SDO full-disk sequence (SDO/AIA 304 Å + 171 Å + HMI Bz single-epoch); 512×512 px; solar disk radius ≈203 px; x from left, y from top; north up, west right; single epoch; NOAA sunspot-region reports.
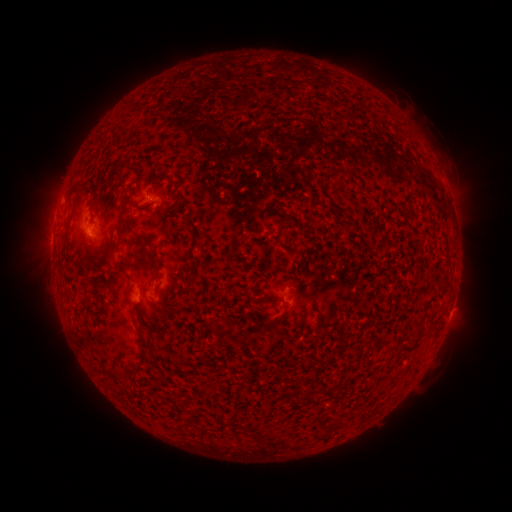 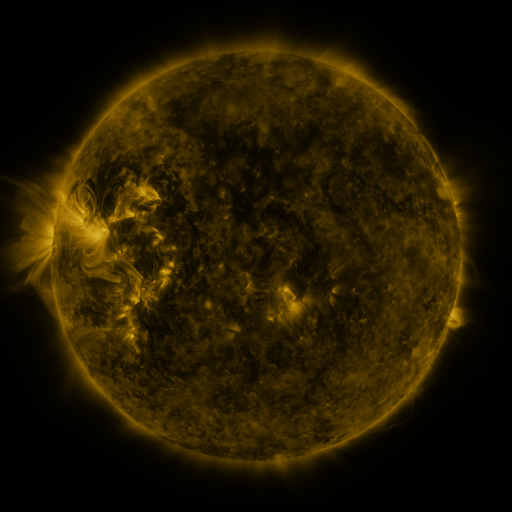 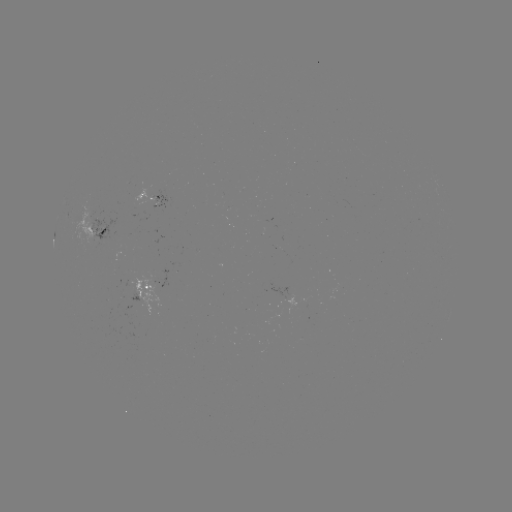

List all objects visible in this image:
spotted active region: (153, 201)
spotted active region: (99, 232)
spotted active region: (145, 285)
